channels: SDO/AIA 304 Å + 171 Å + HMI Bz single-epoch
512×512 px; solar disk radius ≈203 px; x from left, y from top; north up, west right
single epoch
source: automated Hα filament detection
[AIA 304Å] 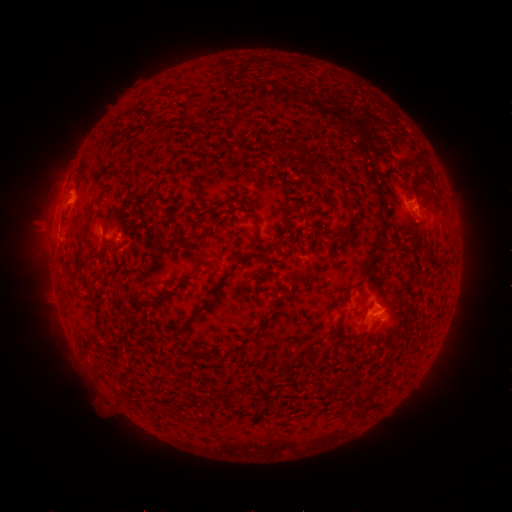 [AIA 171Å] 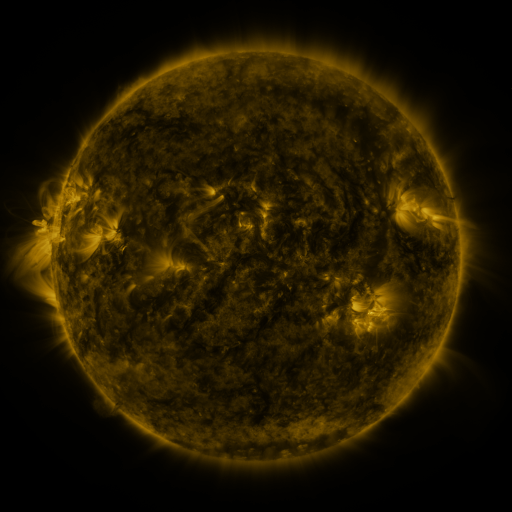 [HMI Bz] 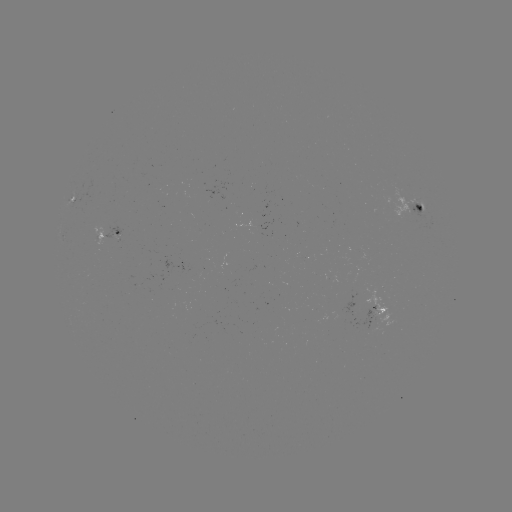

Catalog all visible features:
filament: (241, 121)
filament: (297, 148)
filament: (324, 165)
filament: (259, 233)
filament: (117, 249)
filament: (198, 249)
filament: (187, 280)
filament: (219, 287)
filament: (362, 288)
filament: (155, 304)
filament: (336, 330)
filament: (361, 338)
filament: (212, 356)
